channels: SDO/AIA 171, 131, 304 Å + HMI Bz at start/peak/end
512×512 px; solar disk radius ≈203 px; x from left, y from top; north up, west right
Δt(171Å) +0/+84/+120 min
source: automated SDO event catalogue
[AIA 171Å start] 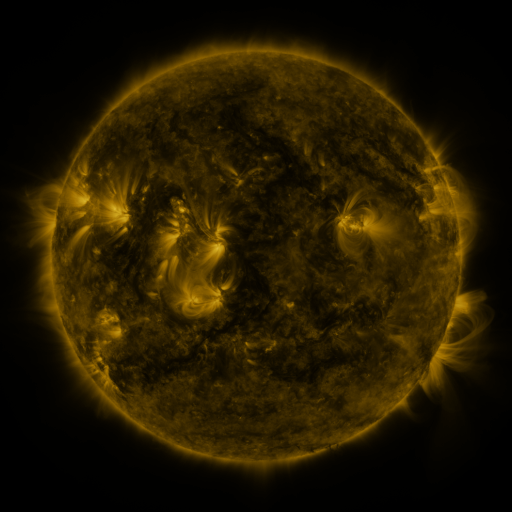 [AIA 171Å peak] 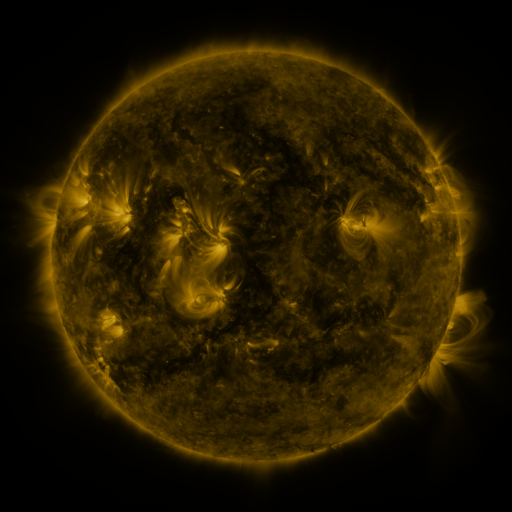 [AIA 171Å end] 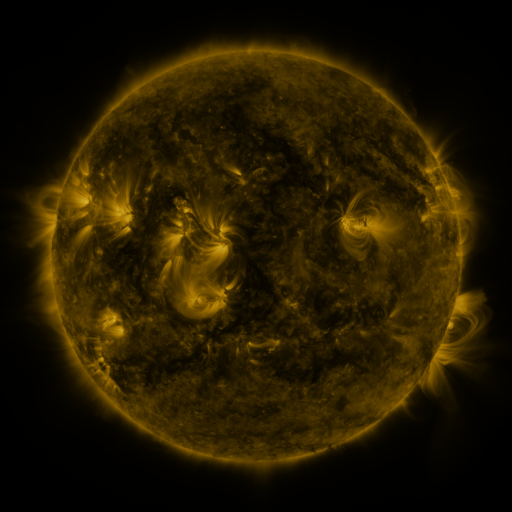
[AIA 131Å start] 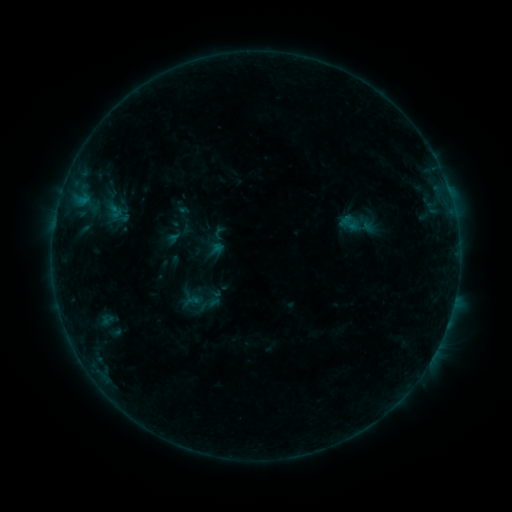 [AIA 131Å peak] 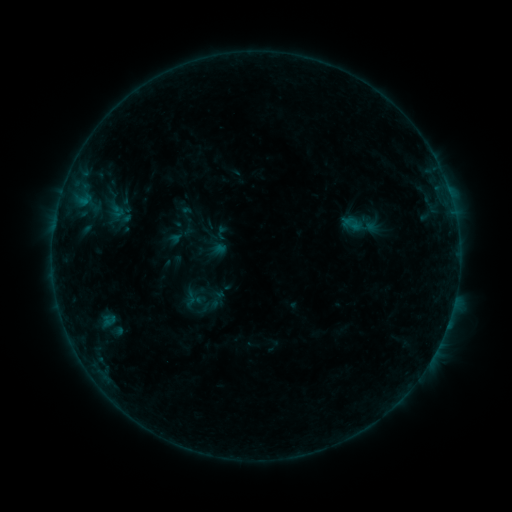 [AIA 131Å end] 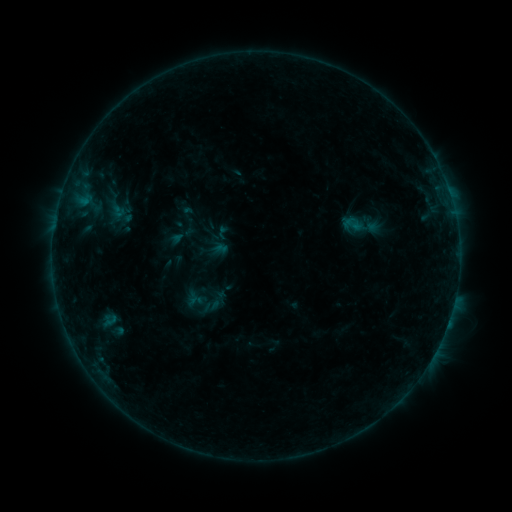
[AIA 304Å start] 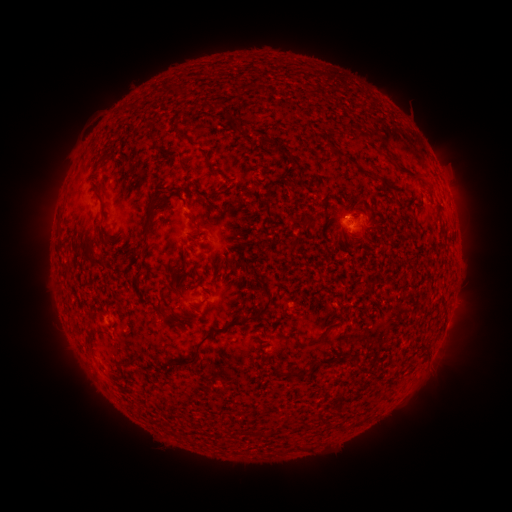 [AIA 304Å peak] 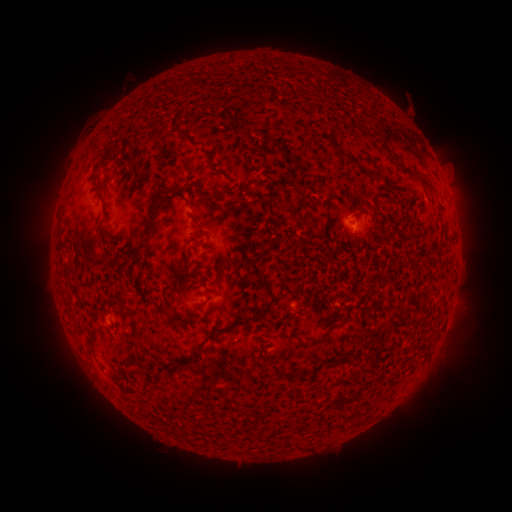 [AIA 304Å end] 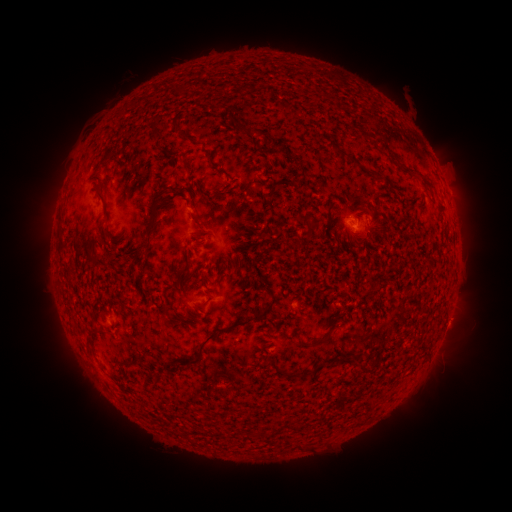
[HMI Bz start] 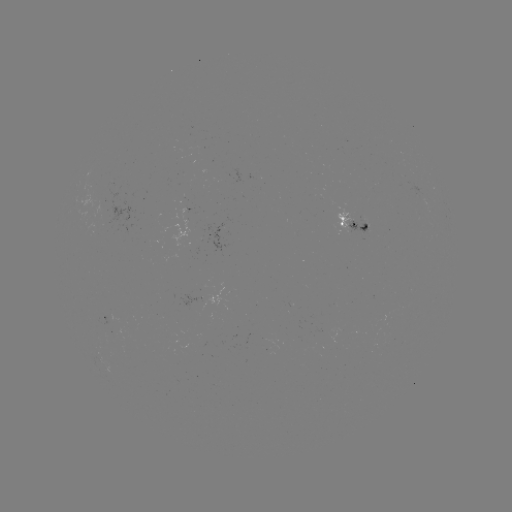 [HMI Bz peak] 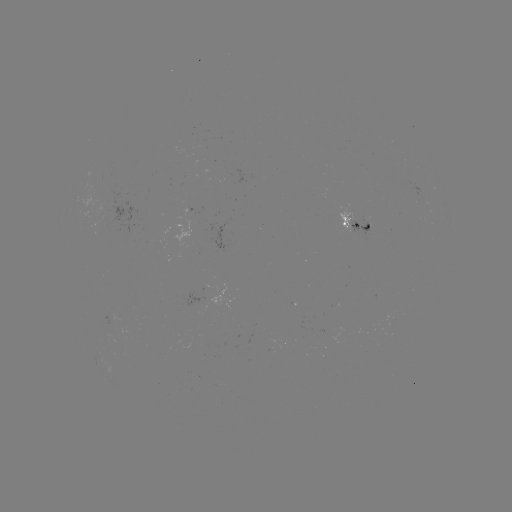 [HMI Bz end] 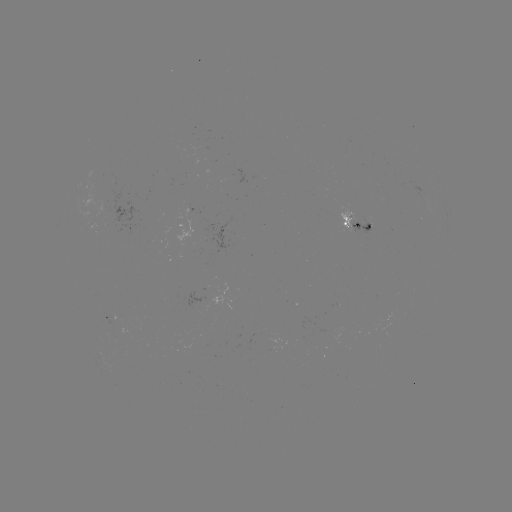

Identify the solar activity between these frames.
emerging-flux region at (363, 223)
